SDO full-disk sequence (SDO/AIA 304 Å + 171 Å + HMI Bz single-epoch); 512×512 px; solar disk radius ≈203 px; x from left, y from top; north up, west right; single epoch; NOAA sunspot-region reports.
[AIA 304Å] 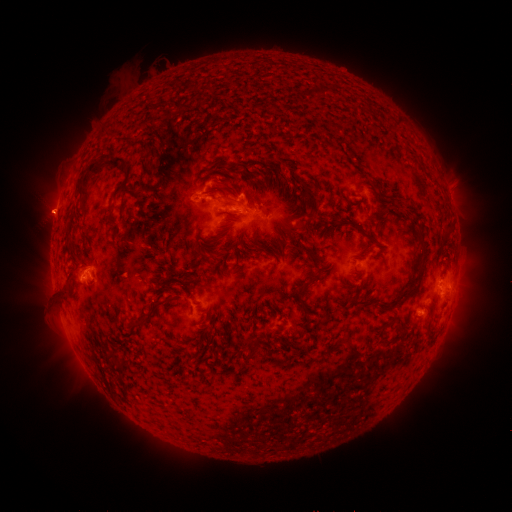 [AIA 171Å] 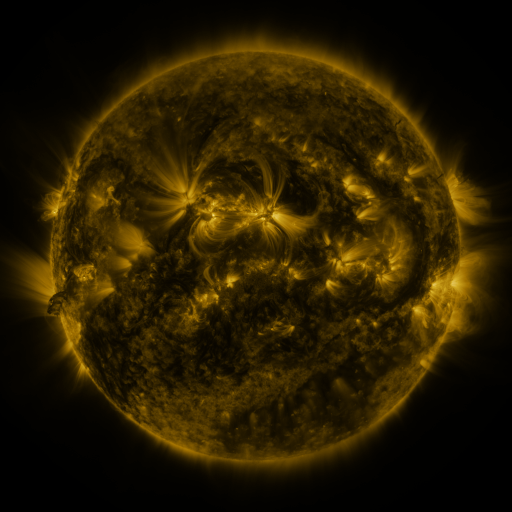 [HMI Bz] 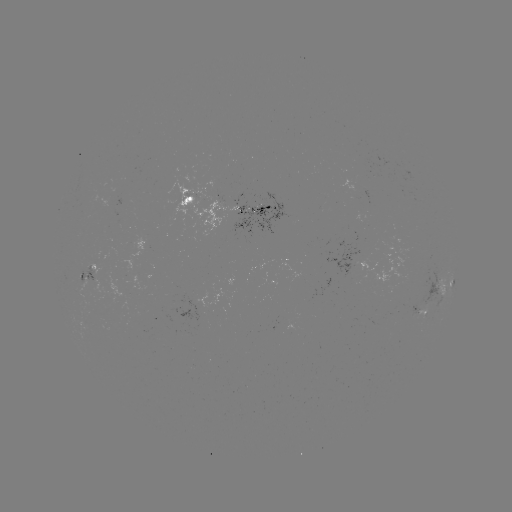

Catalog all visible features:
spotted active region: (372, 193)
spotted active region: (234, 206)
spotted active region: (91, 275)
spotted active region: (444, 287)
spotted active region: (419, 311)
